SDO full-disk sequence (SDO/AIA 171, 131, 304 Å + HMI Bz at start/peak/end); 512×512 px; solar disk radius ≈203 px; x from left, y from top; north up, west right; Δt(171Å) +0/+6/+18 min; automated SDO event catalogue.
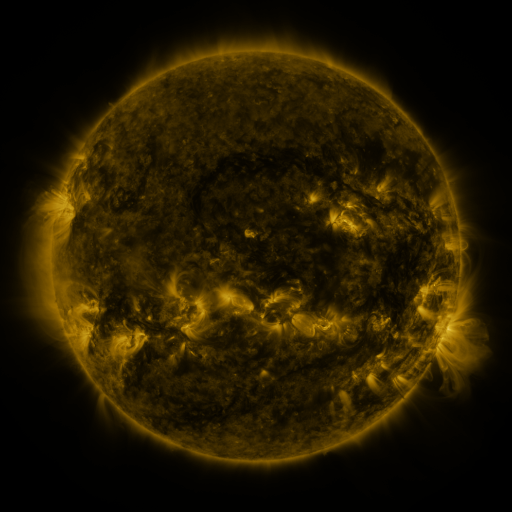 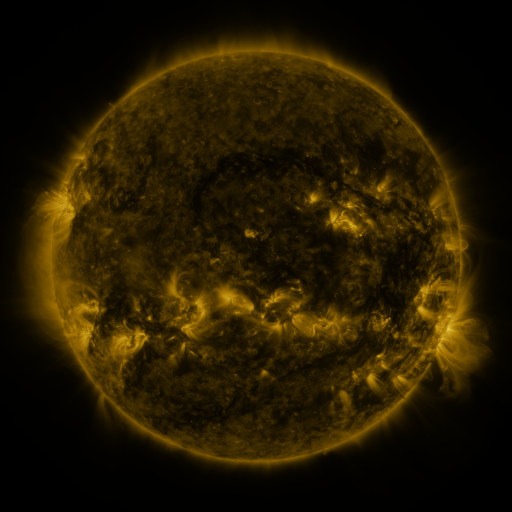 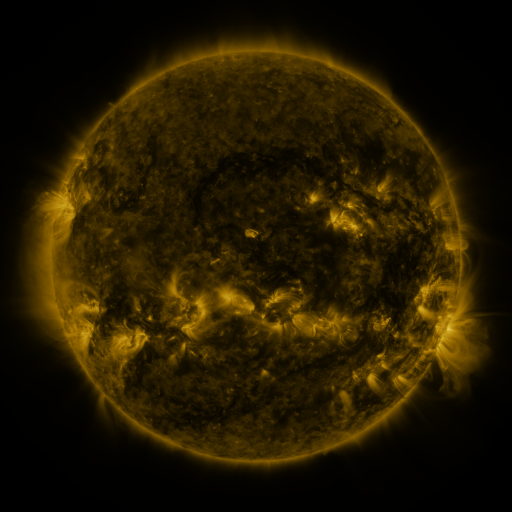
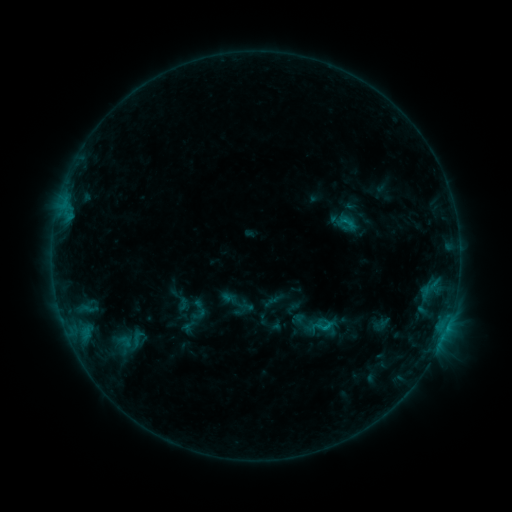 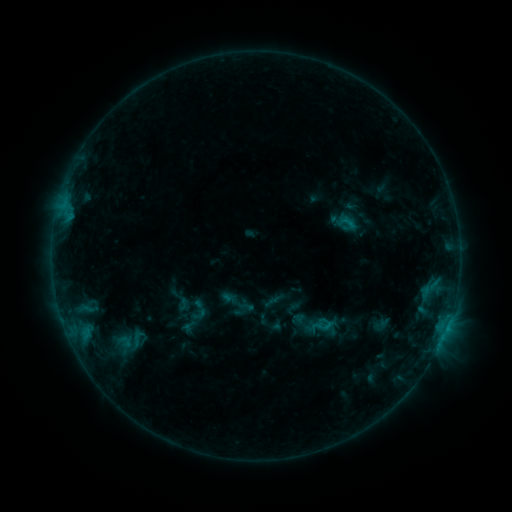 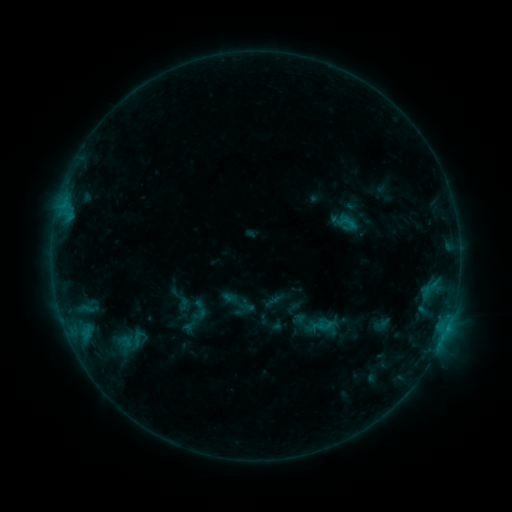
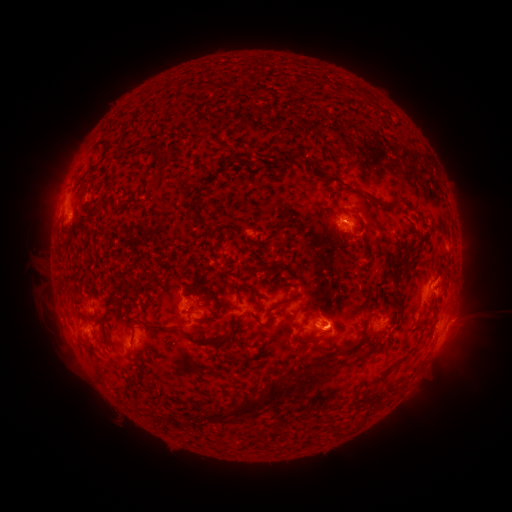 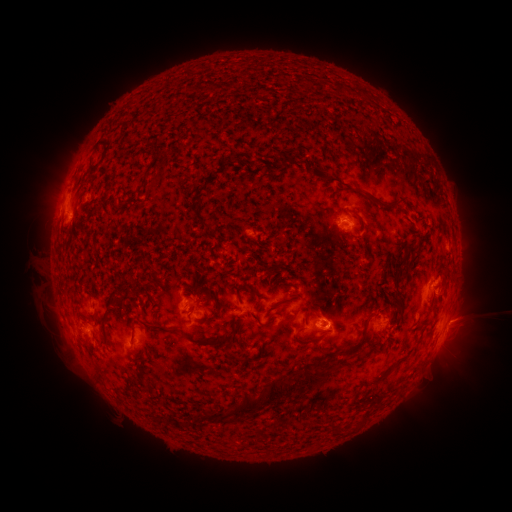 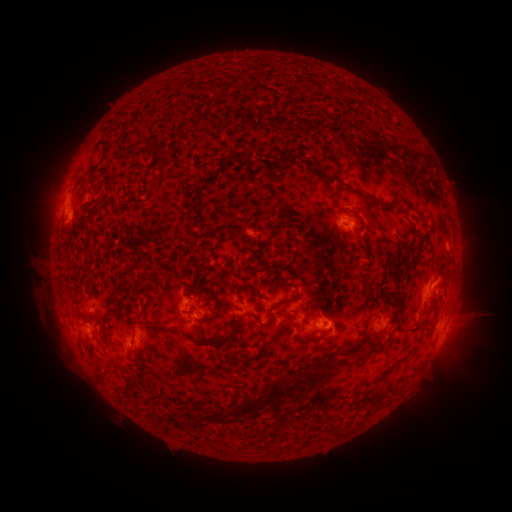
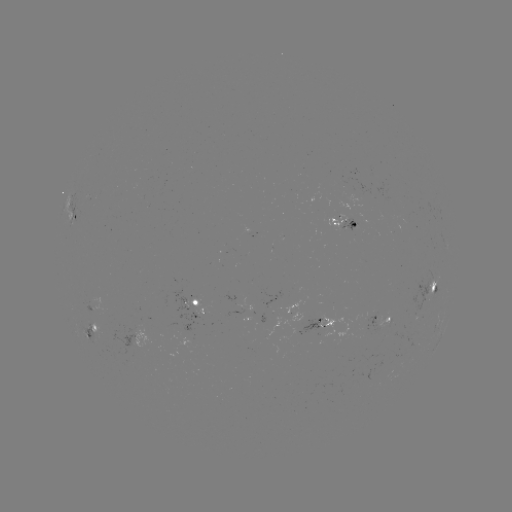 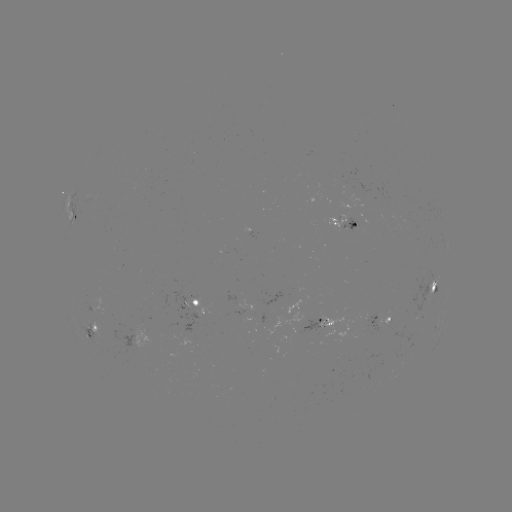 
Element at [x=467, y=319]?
eruption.